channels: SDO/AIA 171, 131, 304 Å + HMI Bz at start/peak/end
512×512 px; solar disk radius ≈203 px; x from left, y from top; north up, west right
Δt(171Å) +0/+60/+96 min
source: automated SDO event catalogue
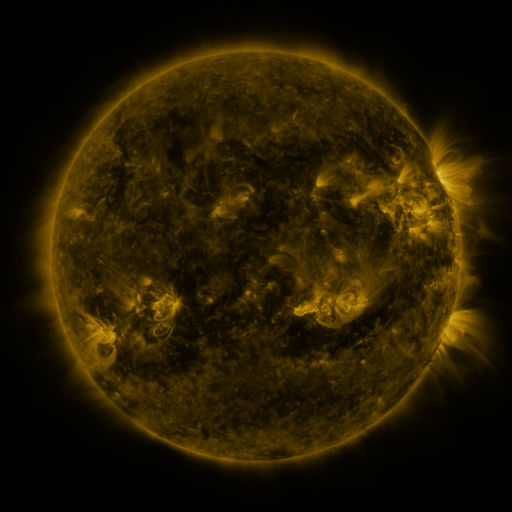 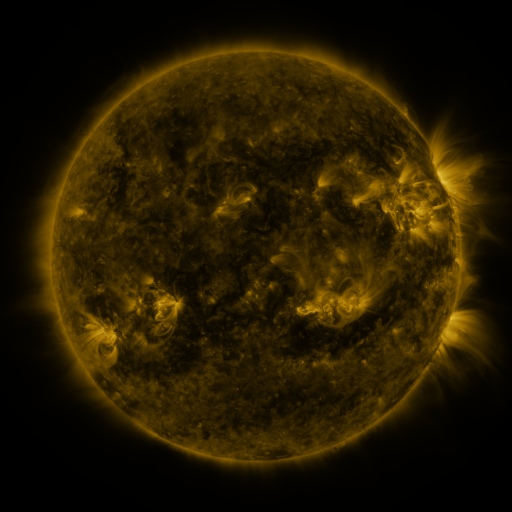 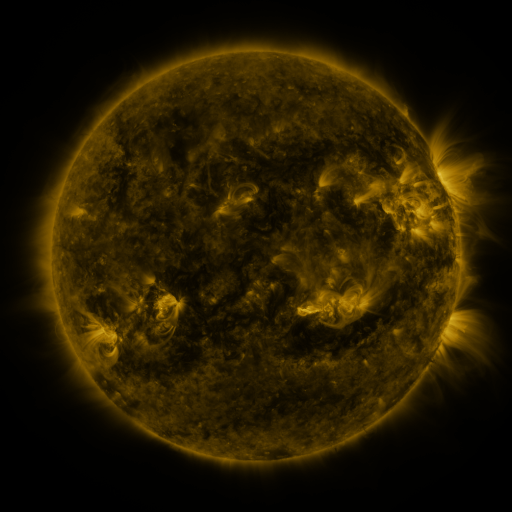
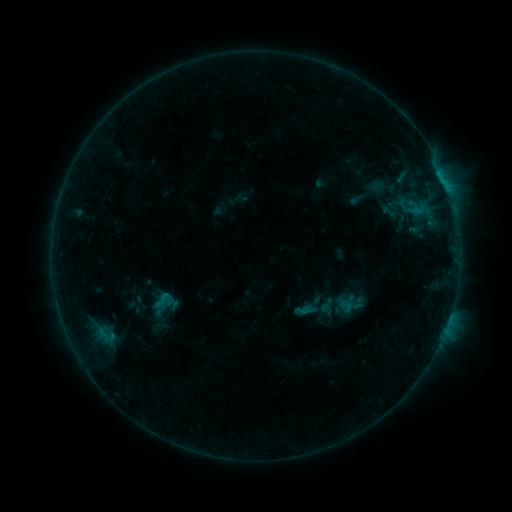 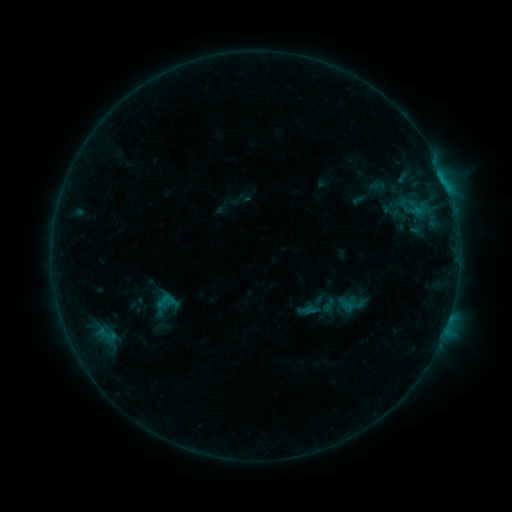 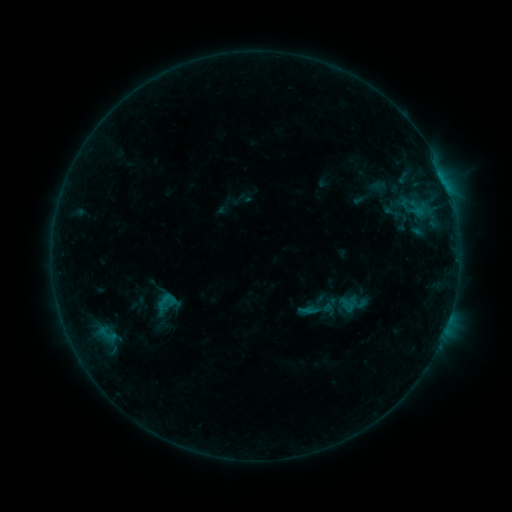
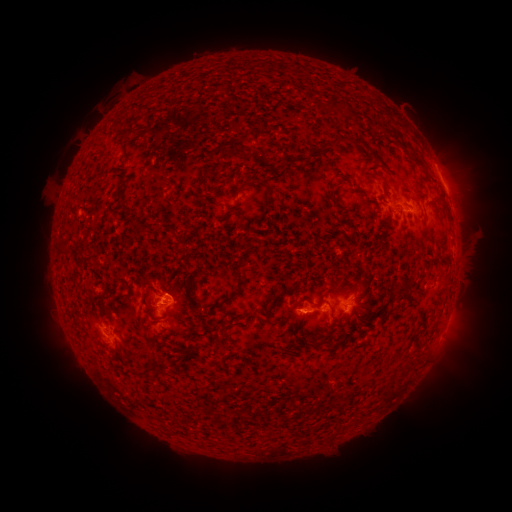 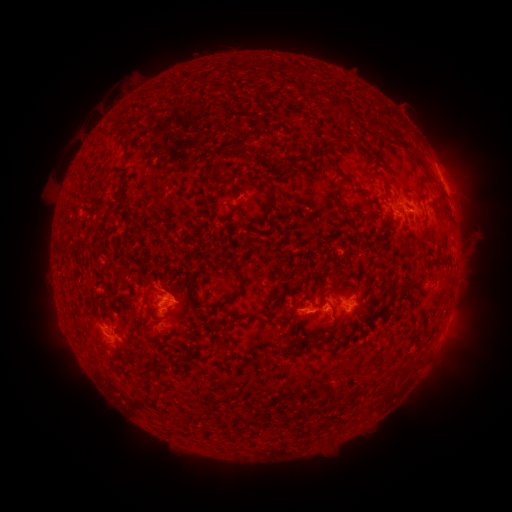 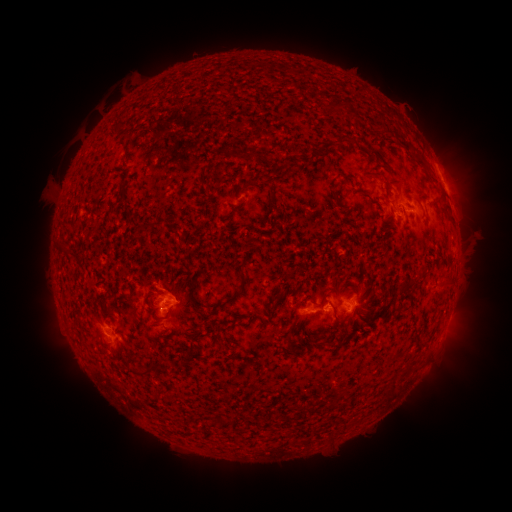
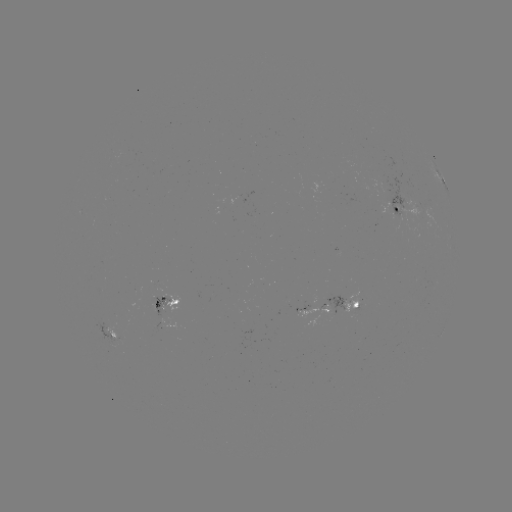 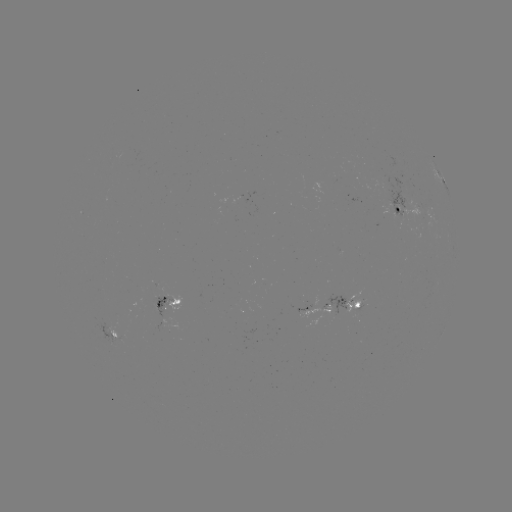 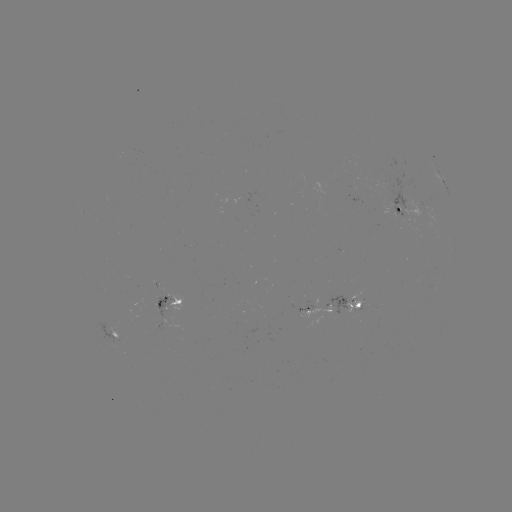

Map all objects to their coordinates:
emerging-flux region: (149, 302)
